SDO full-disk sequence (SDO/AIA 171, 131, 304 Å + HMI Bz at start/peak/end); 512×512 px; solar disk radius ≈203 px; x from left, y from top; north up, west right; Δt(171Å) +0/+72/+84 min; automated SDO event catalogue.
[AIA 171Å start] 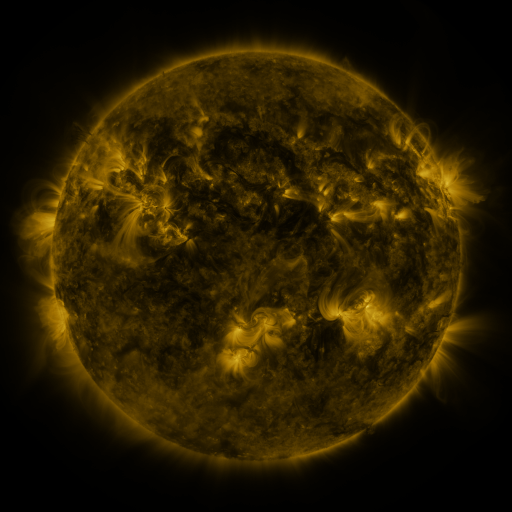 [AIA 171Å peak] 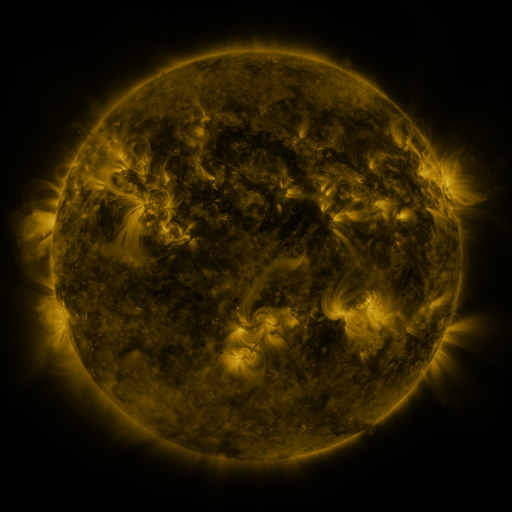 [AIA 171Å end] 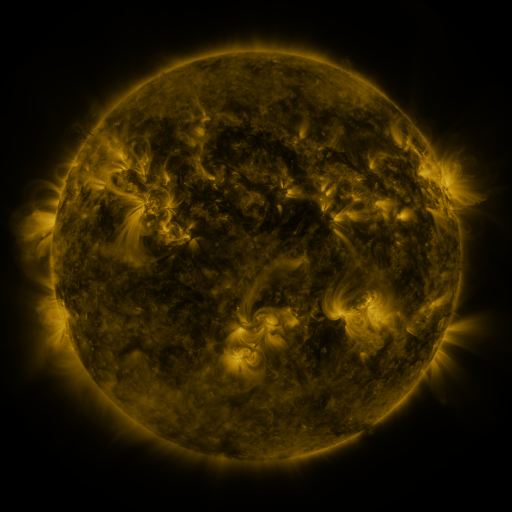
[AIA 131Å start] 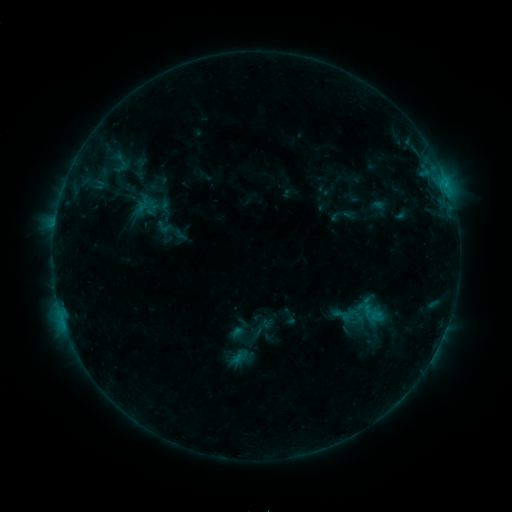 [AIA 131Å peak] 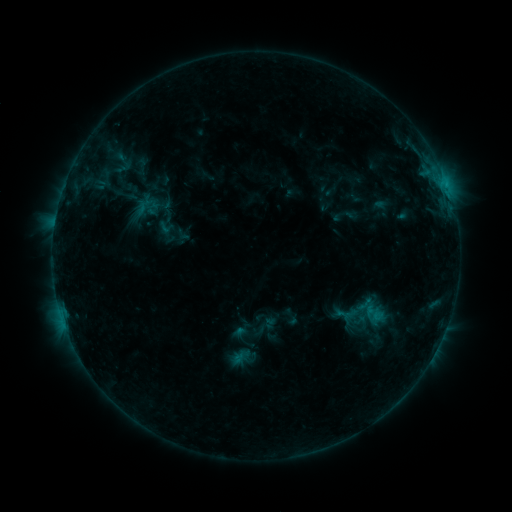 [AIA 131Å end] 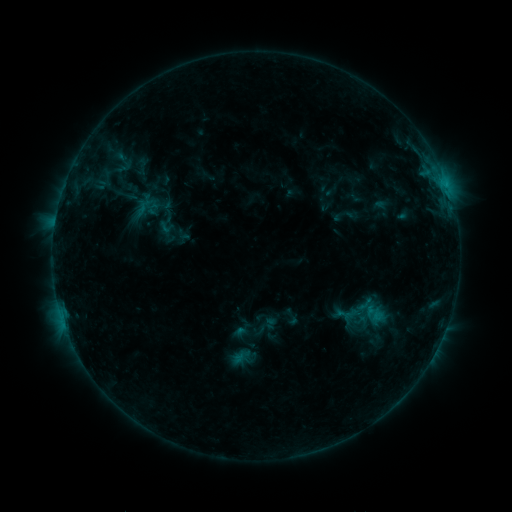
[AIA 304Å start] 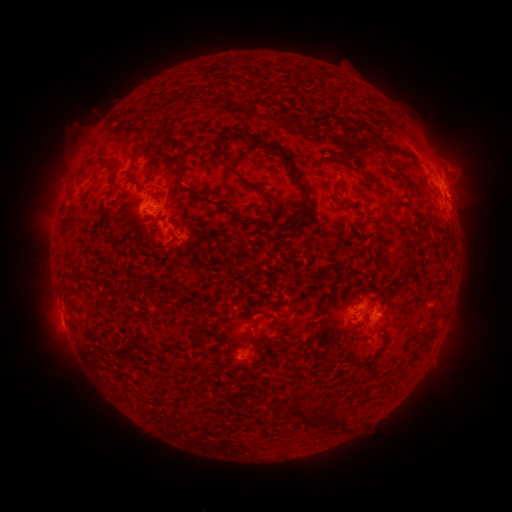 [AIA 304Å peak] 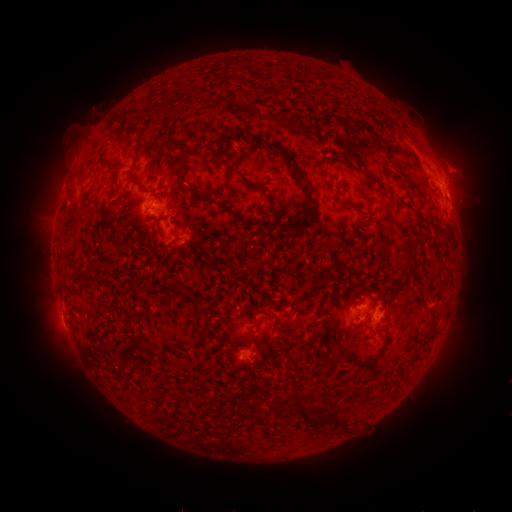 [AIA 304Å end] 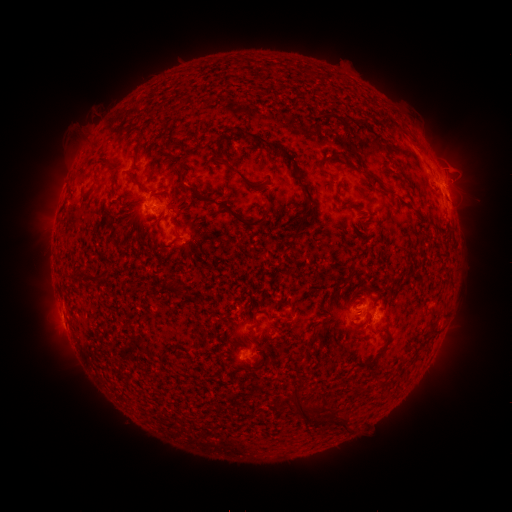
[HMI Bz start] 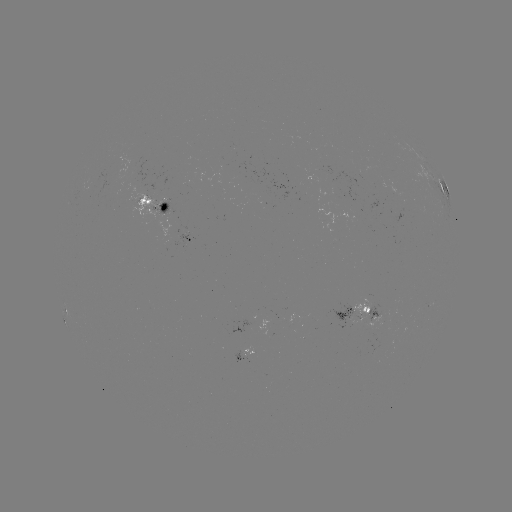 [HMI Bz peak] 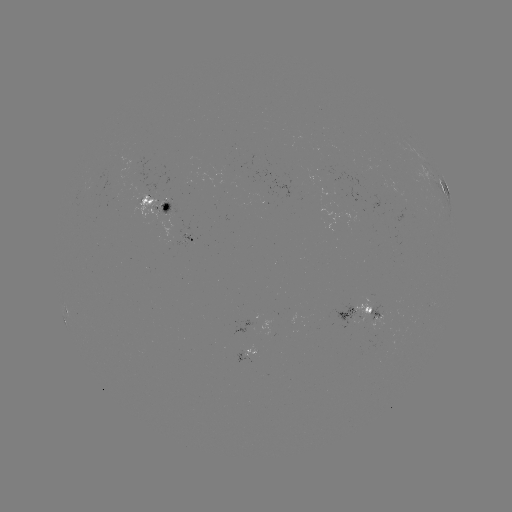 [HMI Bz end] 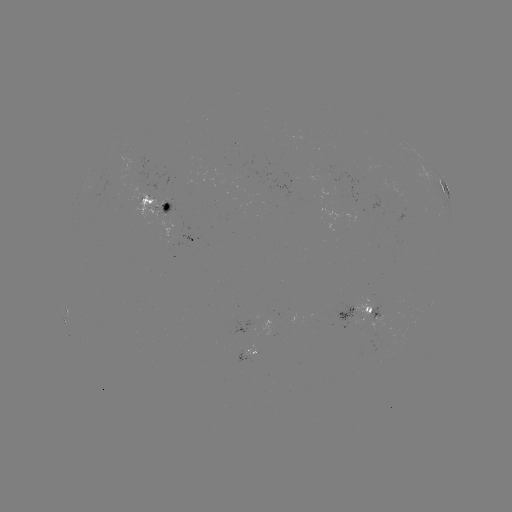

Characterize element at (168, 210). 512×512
emerging-flux region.